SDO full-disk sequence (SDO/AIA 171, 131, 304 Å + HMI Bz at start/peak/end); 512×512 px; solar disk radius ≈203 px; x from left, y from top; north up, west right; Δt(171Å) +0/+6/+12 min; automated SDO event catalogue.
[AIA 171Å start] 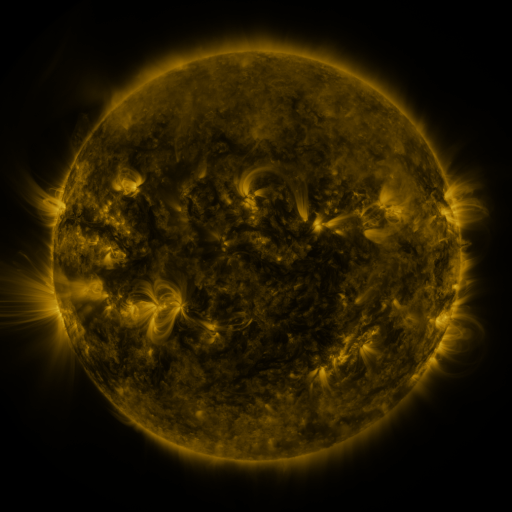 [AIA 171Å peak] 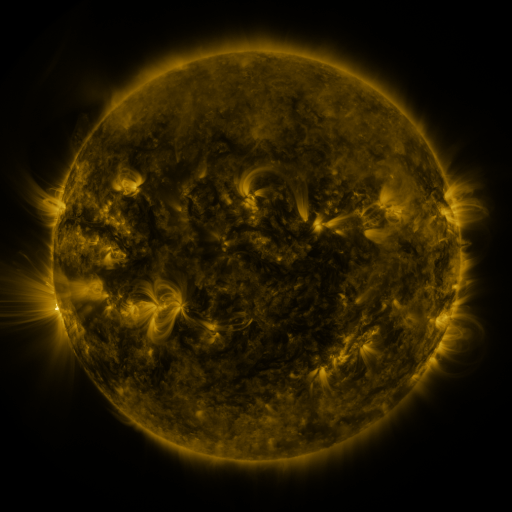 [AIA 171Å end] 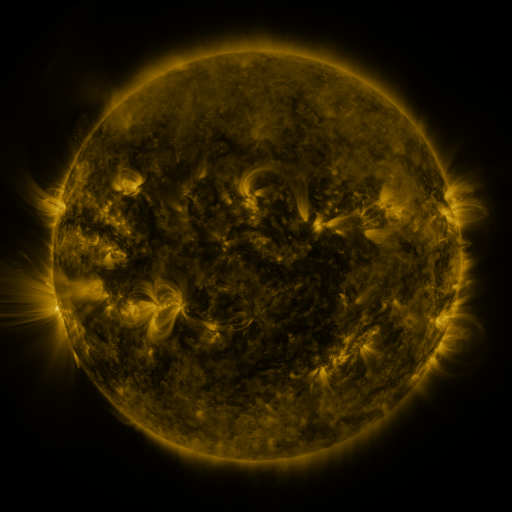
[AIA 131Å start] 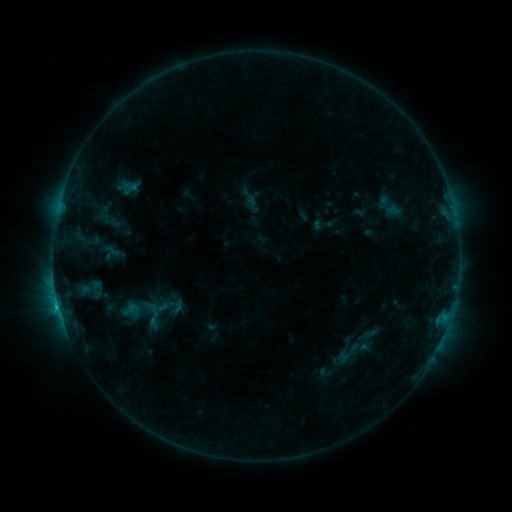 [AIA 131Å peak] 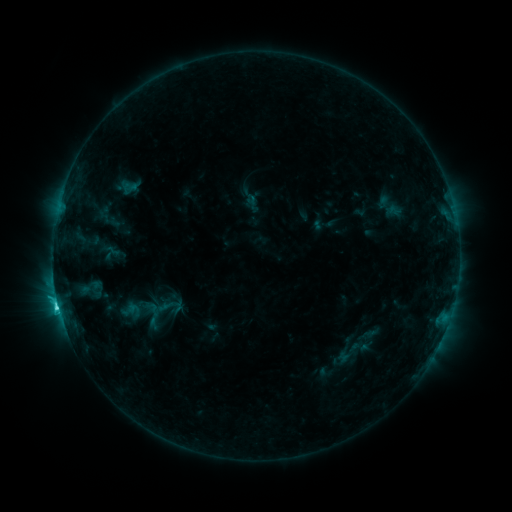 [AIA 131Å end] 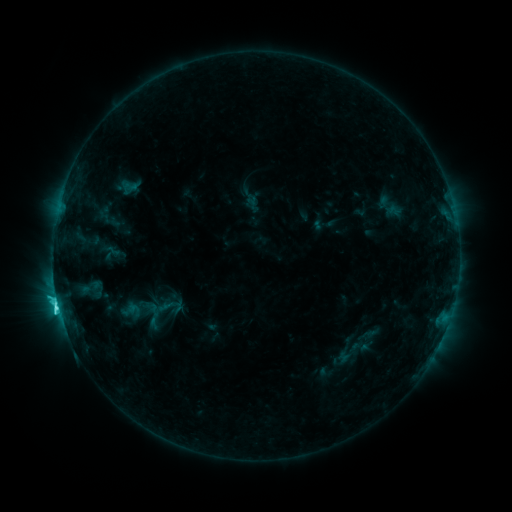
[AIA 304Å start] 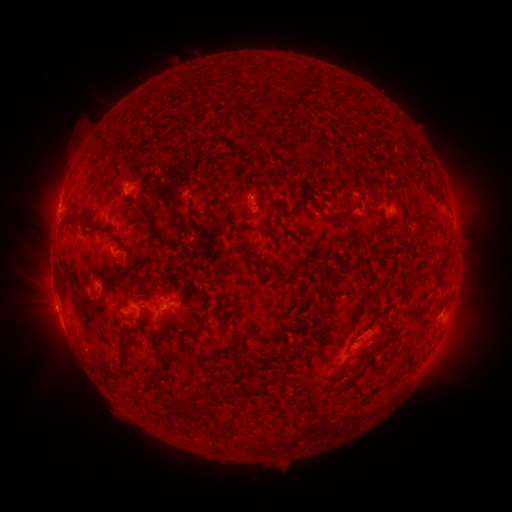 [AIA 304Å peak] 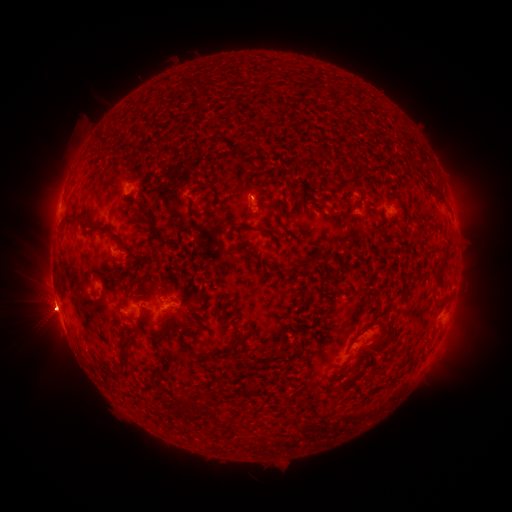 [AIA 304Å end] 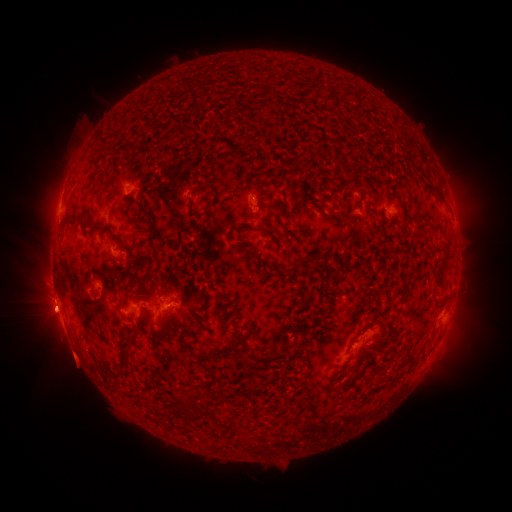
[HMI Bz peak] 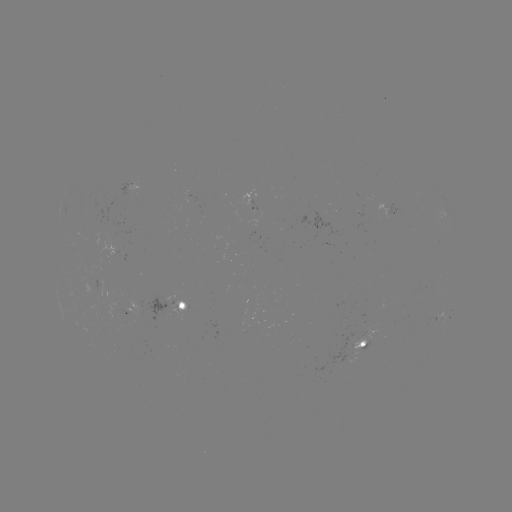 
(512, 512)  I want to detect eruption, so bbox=[23, 280, 81, 341].